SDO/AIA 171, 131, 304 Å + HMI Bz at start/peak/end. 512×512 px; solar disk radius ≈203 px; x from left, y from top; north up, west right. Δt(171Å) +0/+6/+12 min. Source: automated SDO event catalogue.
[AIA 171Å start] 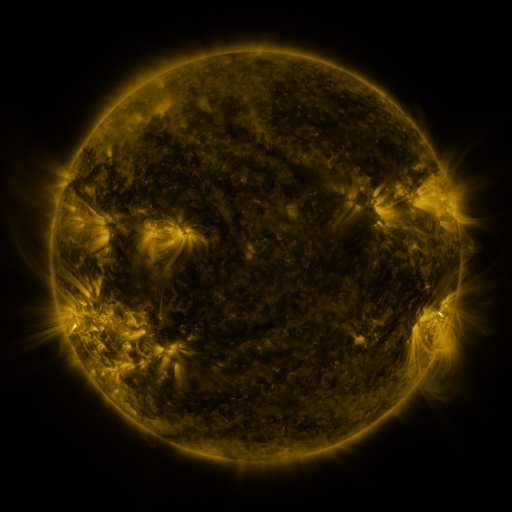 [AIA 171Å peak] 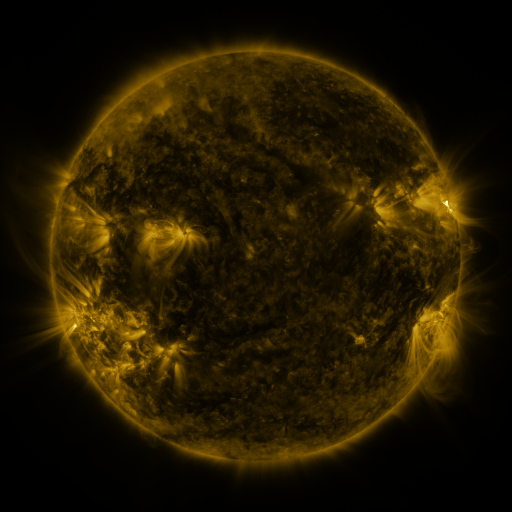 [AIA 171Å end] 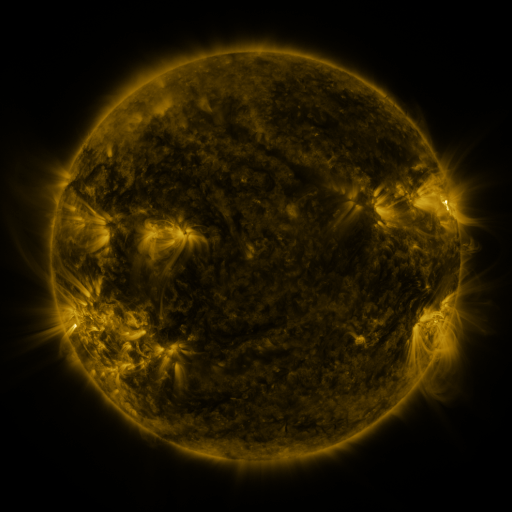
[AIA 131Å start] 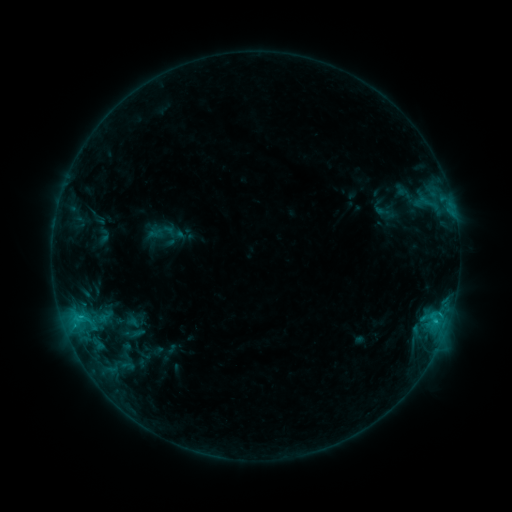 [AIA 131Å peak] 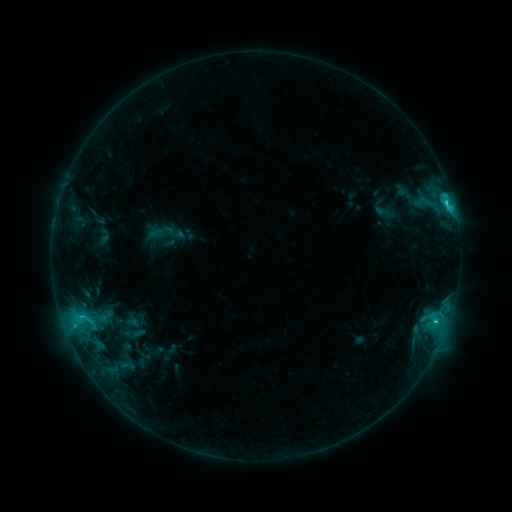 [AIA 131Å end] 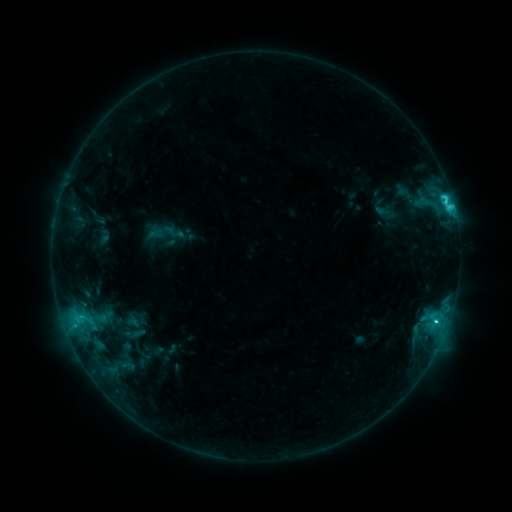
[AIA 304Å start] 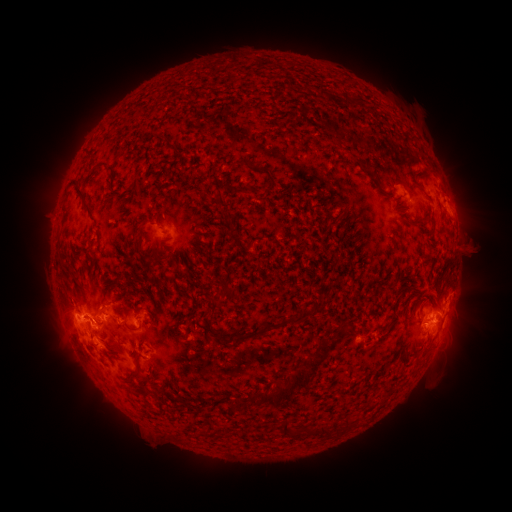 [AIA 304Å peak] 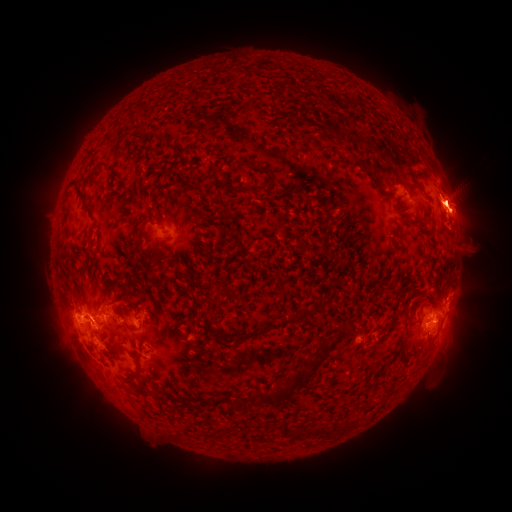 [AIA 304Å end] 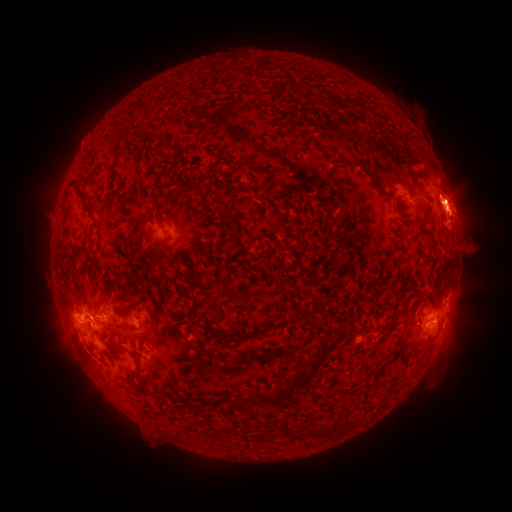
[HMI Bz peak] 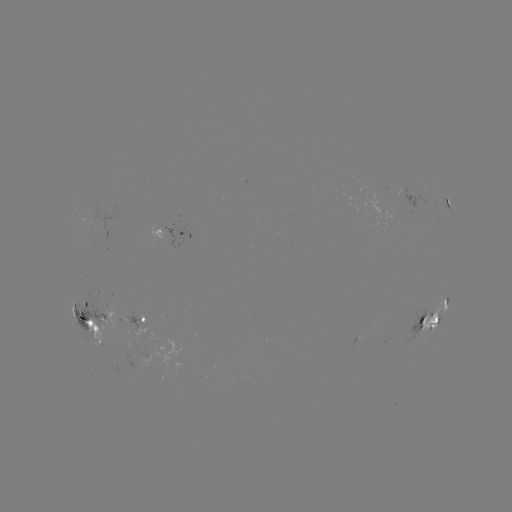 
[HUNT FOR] eruption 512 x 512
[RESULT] [458, 267]